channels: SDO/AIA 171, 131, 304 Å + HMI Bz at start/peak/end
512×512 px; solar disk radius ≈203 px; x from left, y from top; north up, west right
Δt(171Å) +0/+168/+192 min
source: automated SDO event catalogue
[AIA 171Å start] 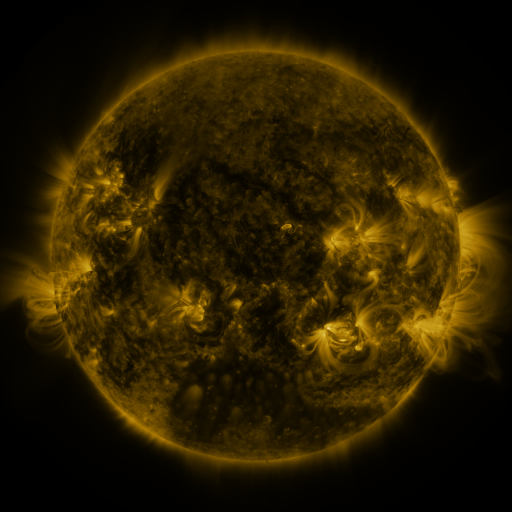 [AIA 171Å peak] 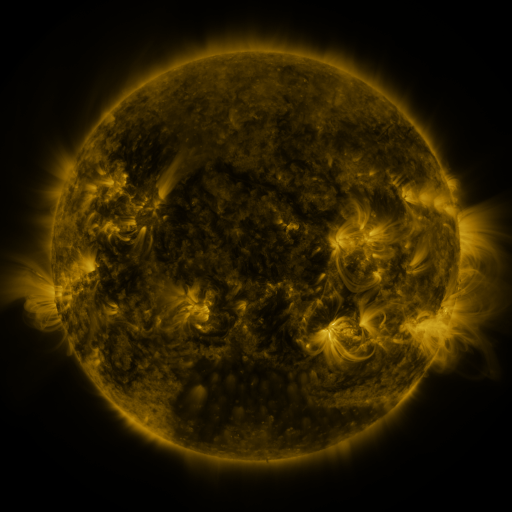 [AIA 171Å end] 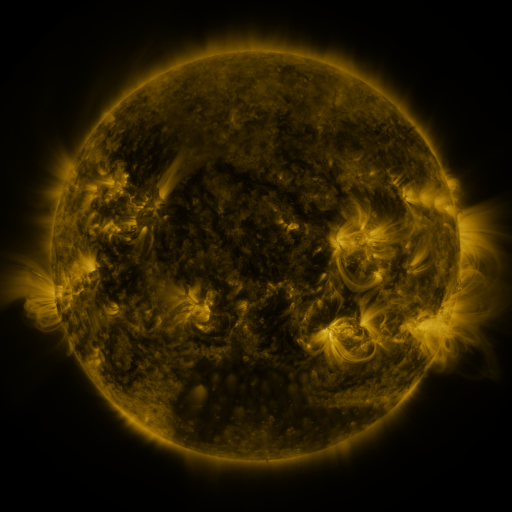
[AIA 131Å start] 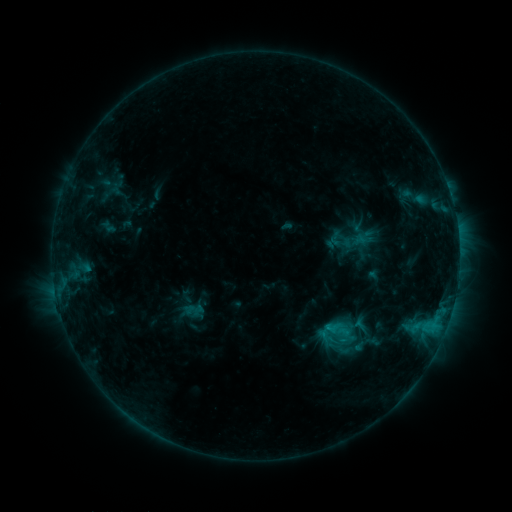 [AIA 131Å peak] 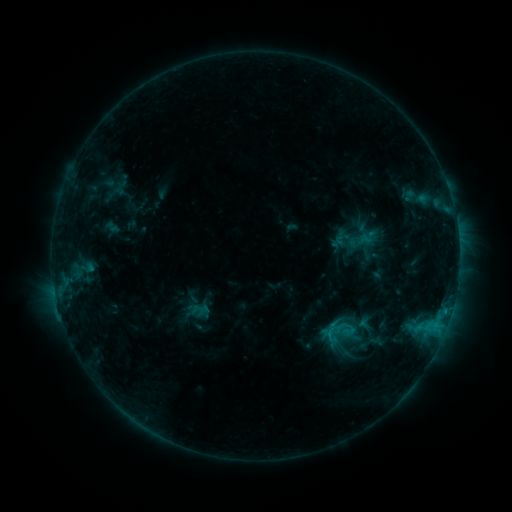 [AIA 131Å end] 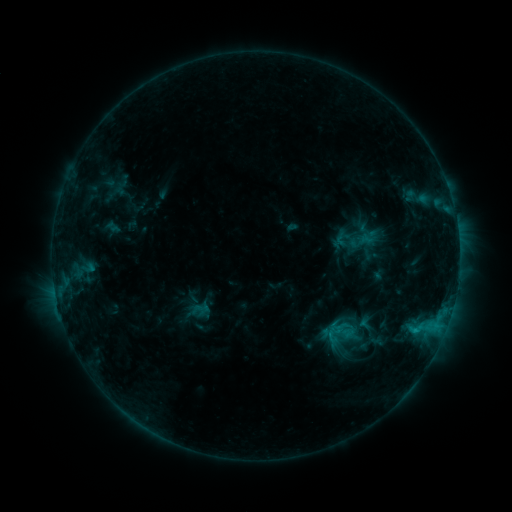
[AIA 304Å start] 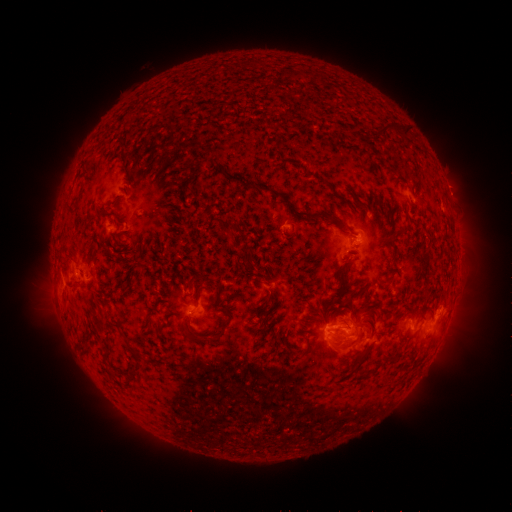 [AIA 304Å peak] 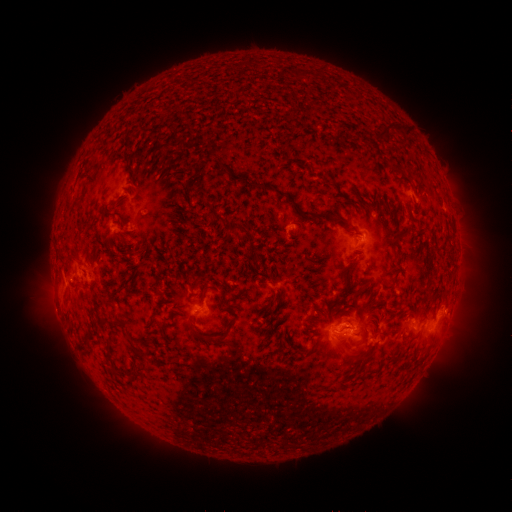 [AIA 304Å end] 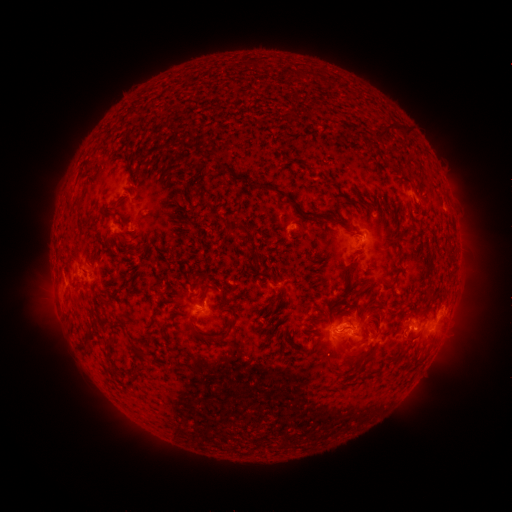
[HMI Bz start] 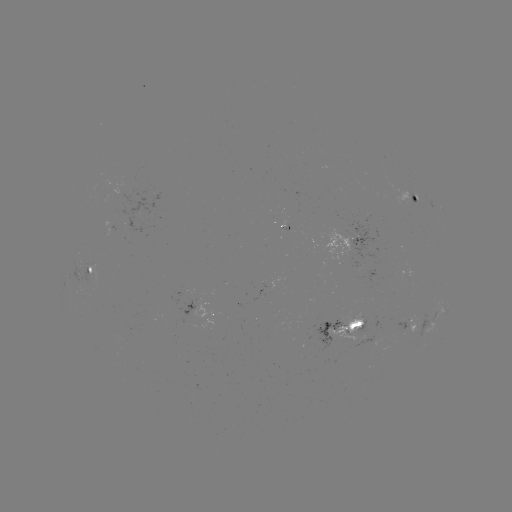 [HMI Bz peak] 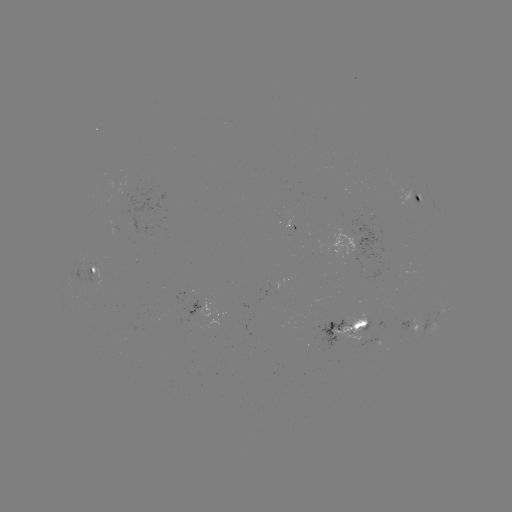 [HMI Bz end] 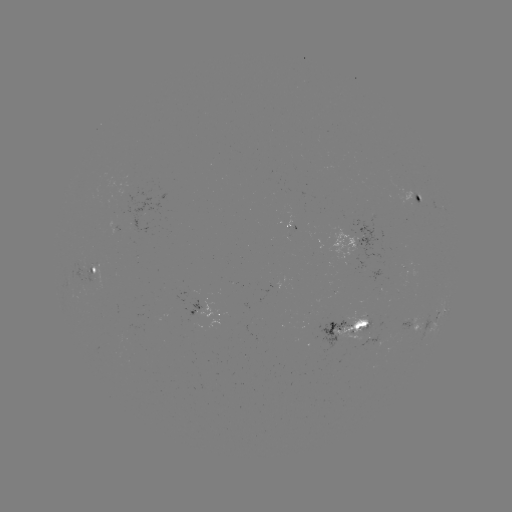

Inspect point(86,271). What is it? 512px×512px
emerging-flux region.